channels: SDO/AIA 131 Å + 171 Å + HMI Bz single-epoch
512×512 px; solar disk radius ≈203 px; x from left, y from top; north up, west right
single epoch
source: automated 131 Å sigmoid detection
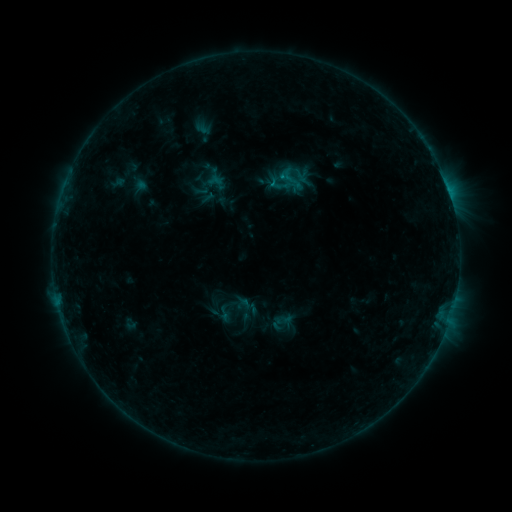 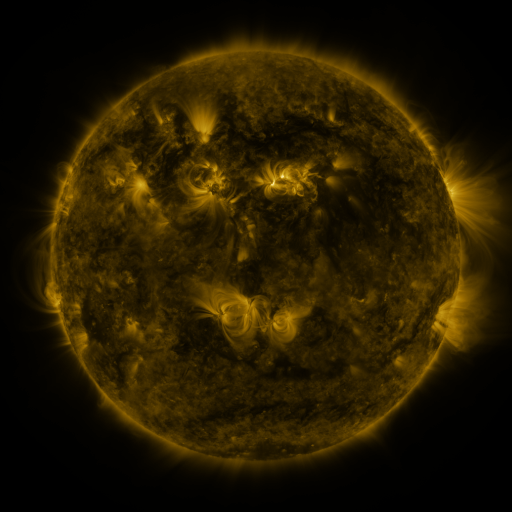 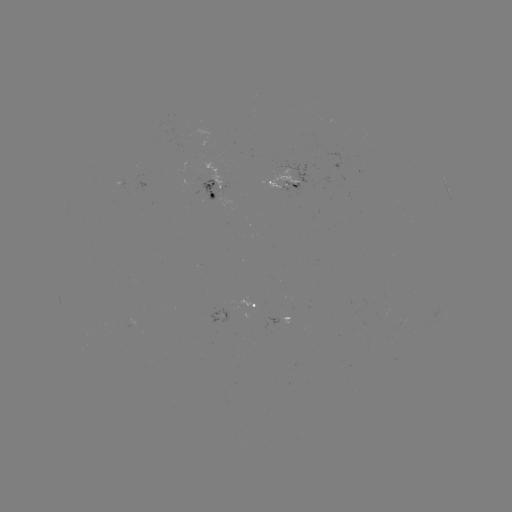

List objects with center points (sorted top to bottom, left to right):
sigmoid: (288, 177)
sigmoid: (224, 313)
